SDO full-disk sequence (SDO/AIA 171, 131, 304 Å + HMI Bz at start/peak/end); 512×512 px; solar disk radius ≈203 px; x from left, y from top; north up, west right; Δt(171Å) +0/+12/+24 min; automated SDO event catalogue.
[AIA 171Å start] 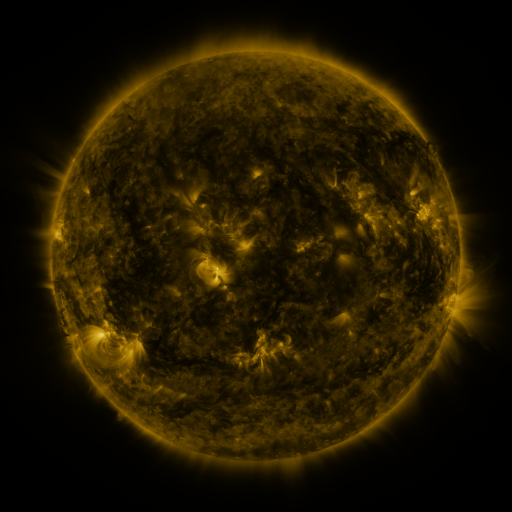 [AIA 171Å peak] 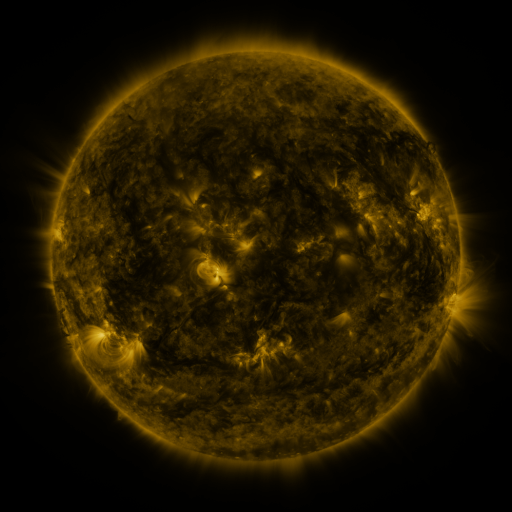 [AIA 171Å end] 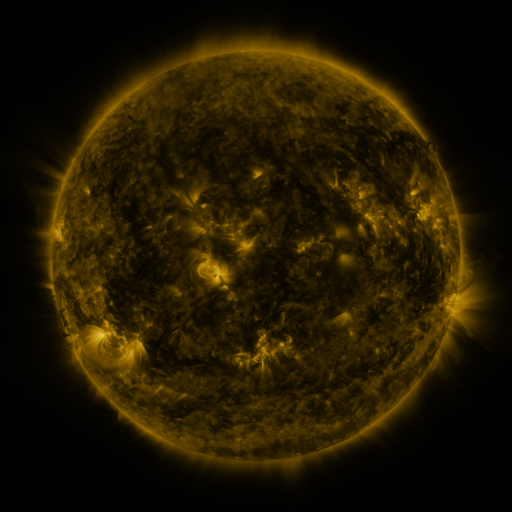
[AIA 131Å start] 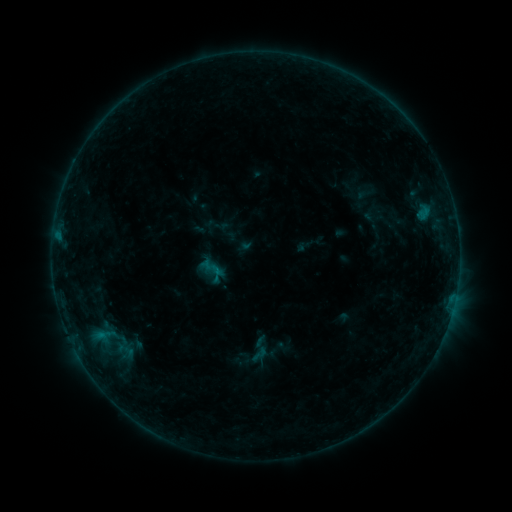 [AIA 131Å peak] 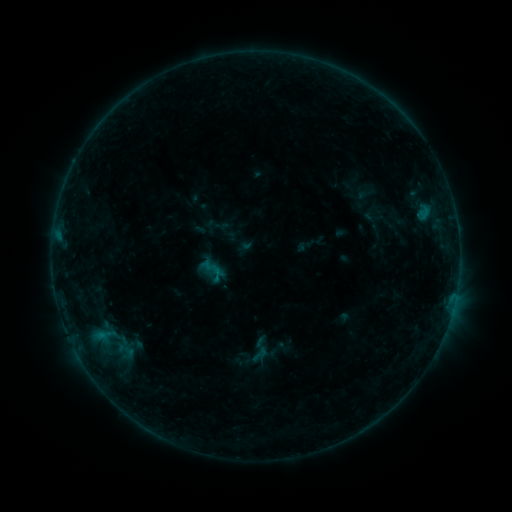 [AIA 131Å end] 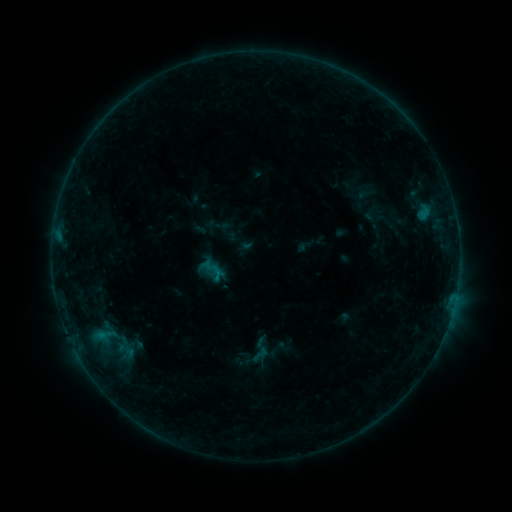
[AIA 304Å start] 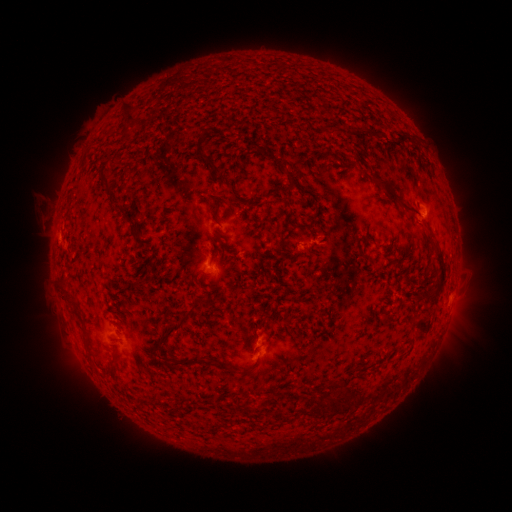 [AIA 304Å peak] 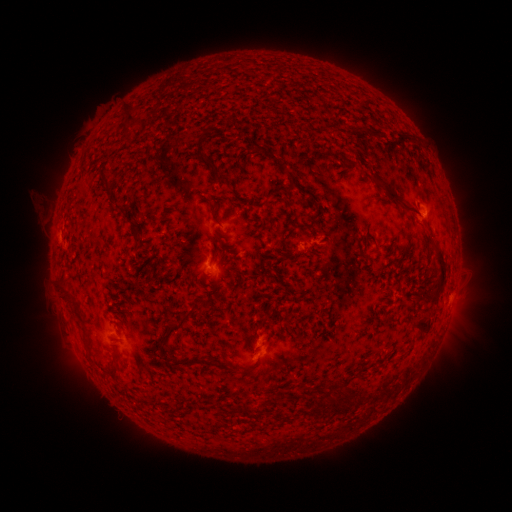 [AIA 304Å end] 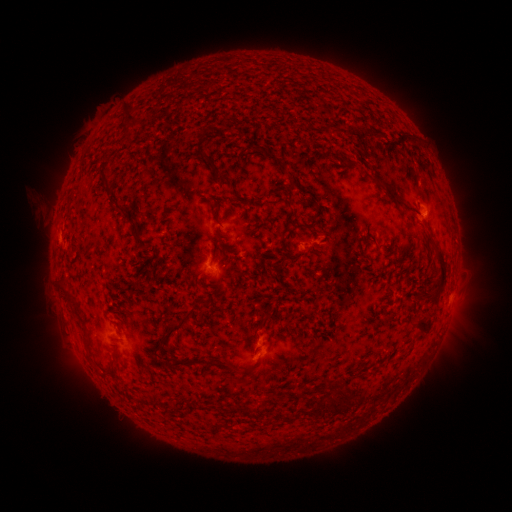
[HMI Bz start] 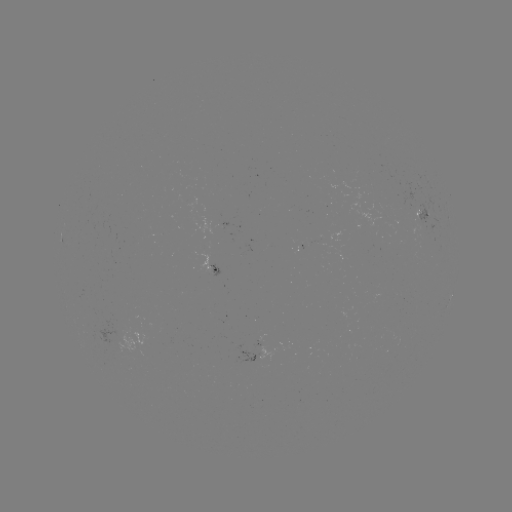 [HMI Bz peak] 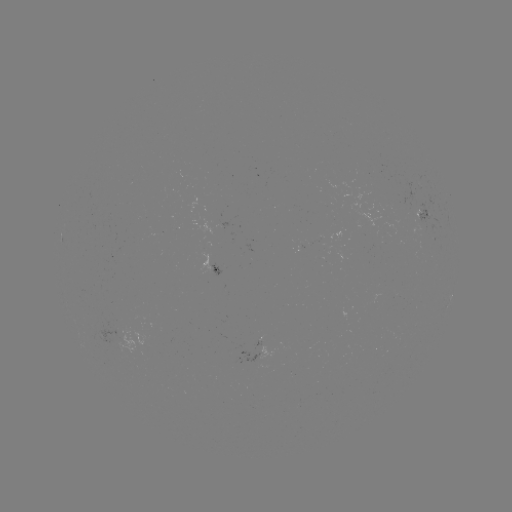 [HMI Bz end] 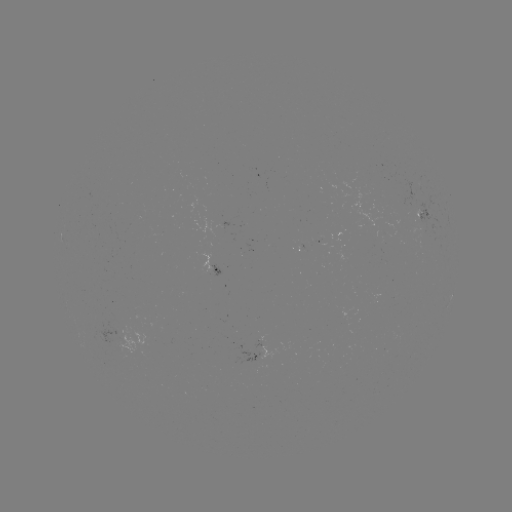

no catalogued flare and no flagged EUV brightening in this window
